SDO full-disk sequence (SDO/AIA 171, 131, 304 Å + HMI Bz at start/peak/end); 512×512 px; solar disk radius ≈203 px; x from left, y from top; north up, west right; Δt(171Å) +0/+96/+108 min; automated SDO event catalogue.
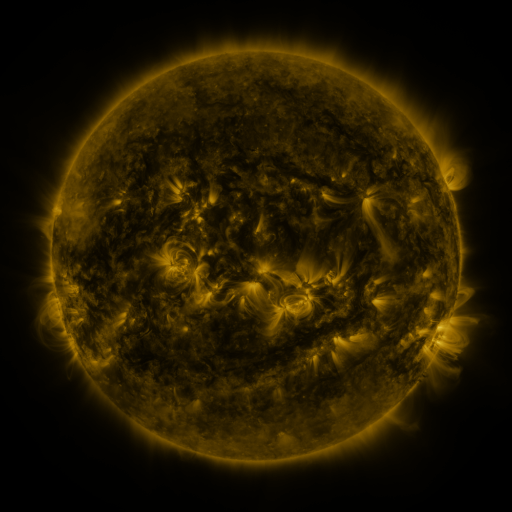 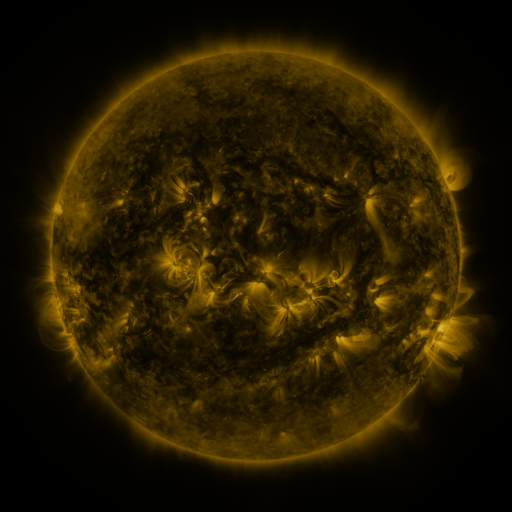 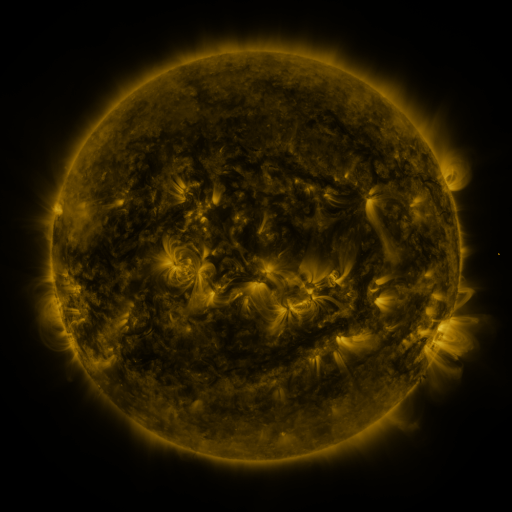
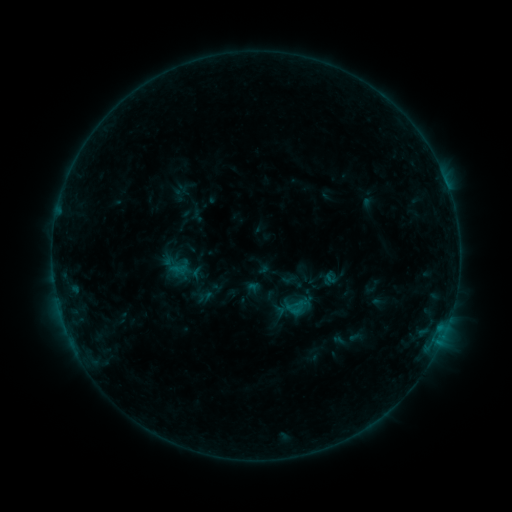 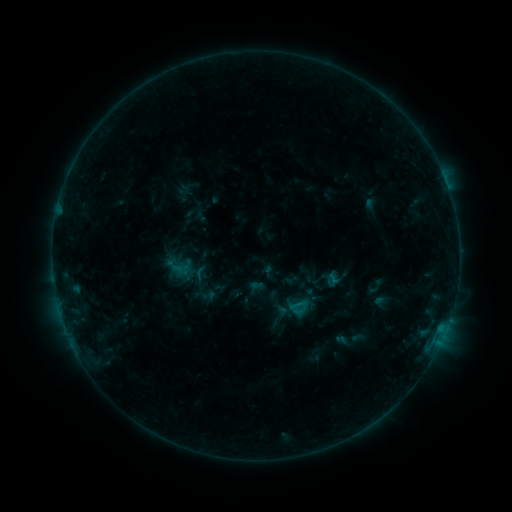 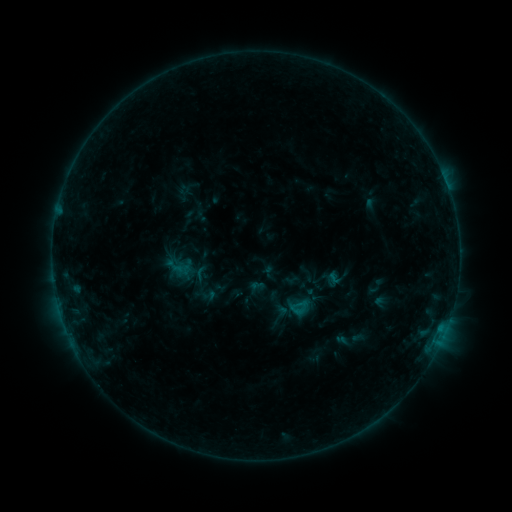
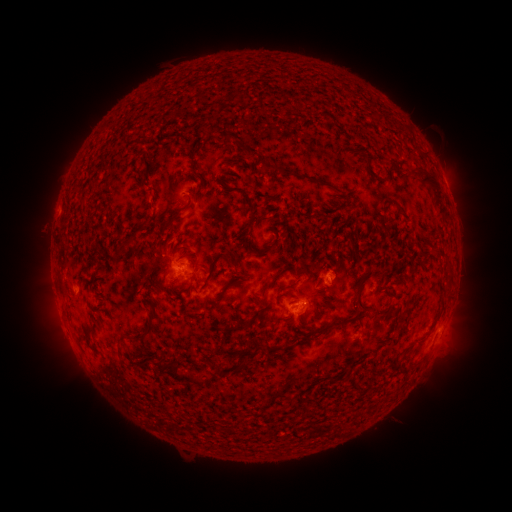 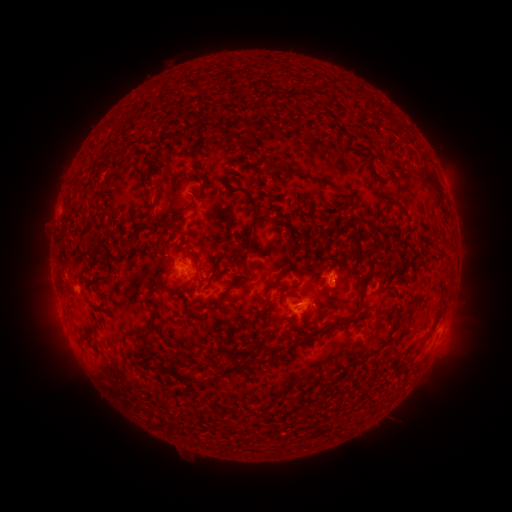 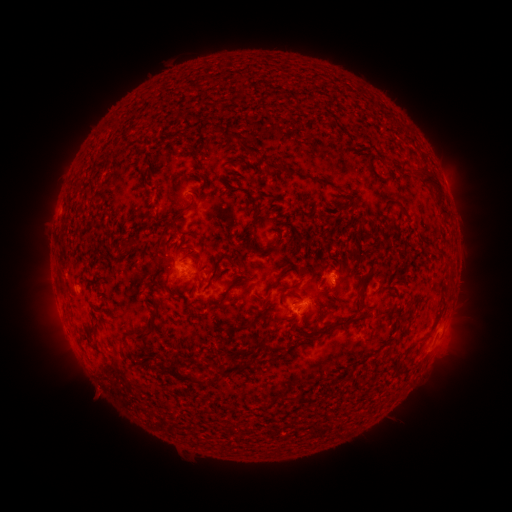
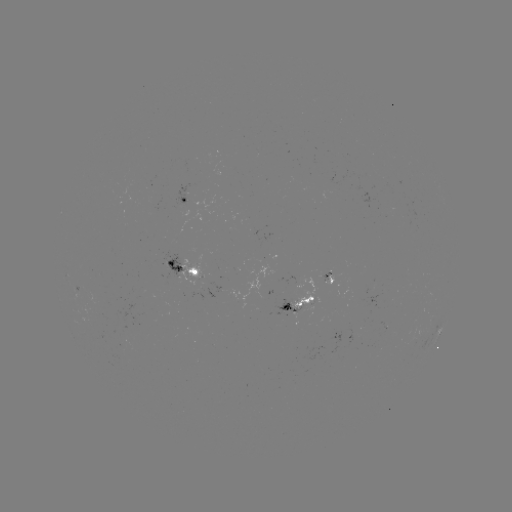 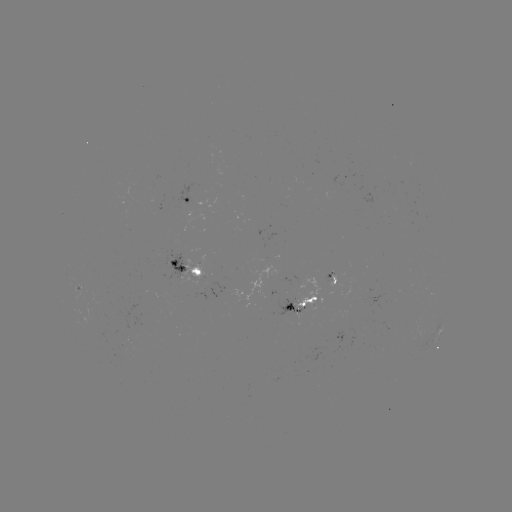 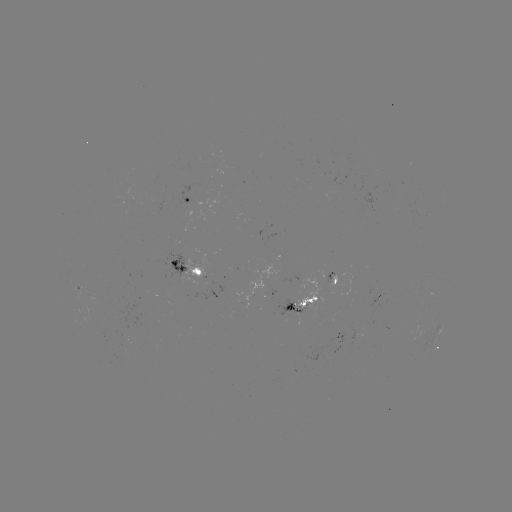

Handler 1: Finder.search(emerging-flux region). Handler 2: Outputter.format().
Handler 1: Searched emerging-flux region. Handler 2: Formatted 331,272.